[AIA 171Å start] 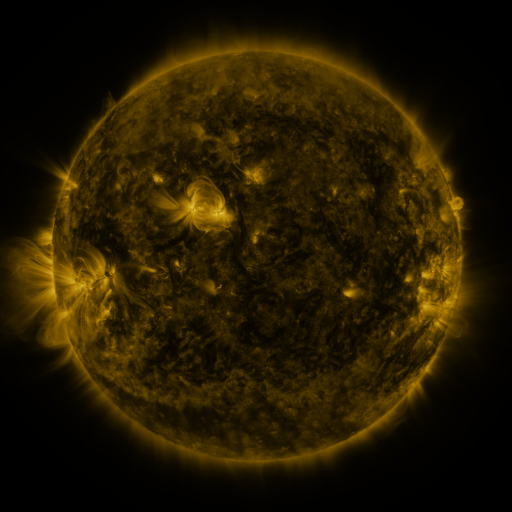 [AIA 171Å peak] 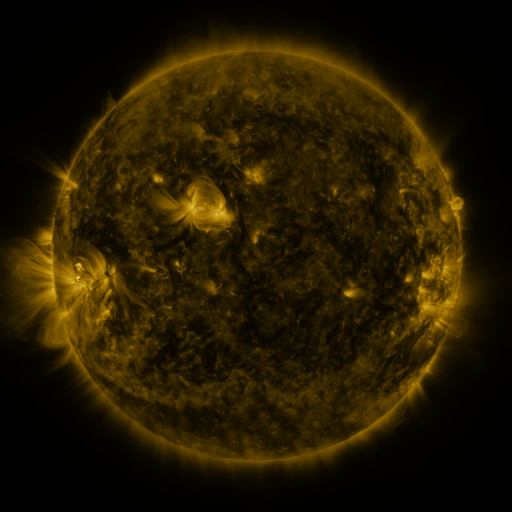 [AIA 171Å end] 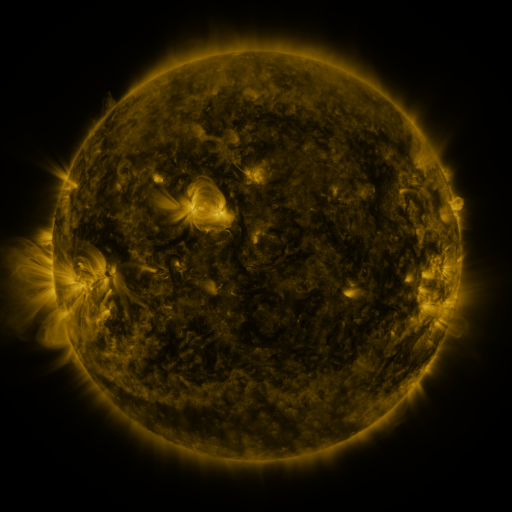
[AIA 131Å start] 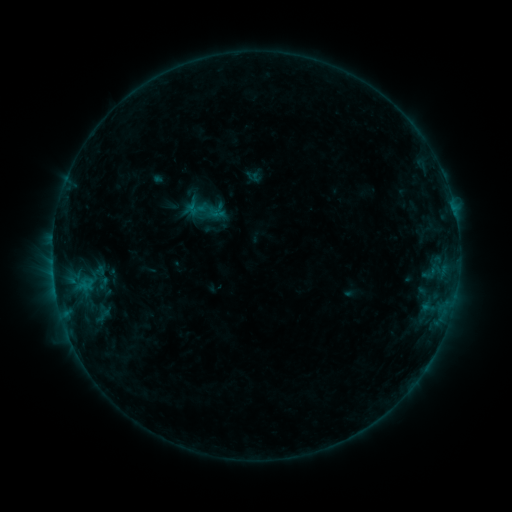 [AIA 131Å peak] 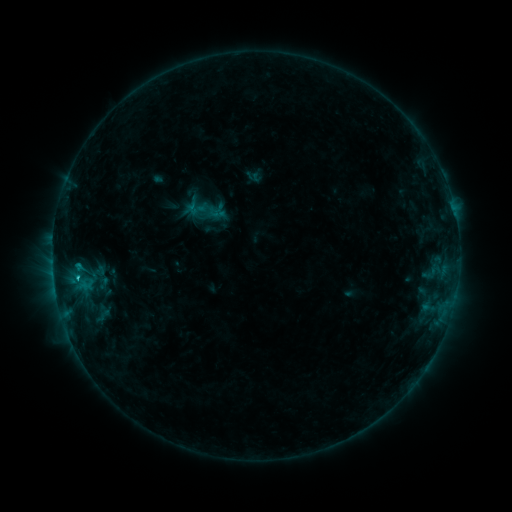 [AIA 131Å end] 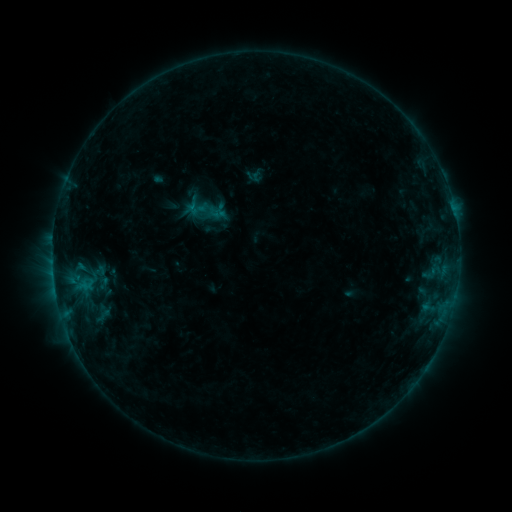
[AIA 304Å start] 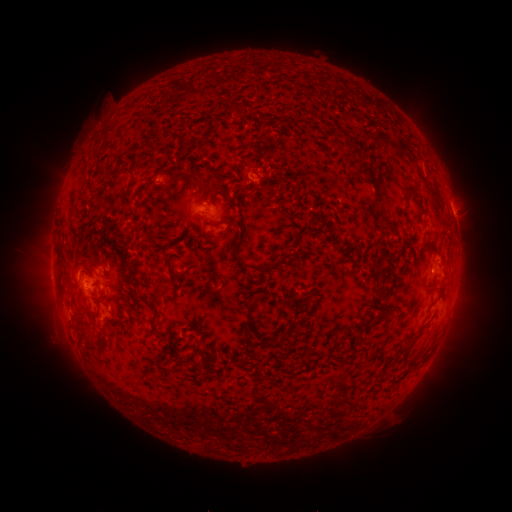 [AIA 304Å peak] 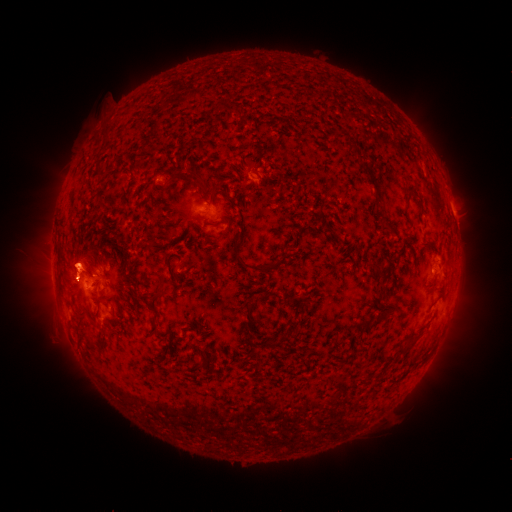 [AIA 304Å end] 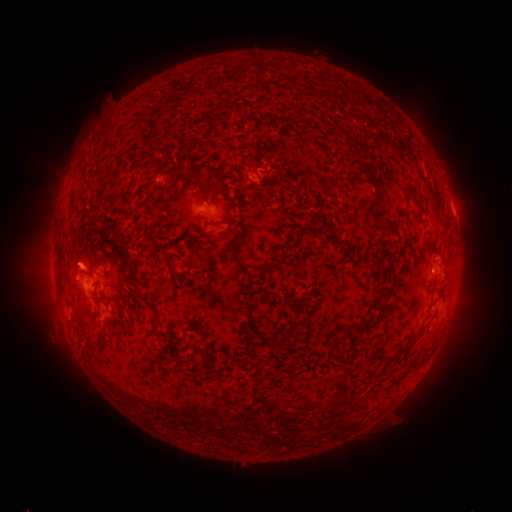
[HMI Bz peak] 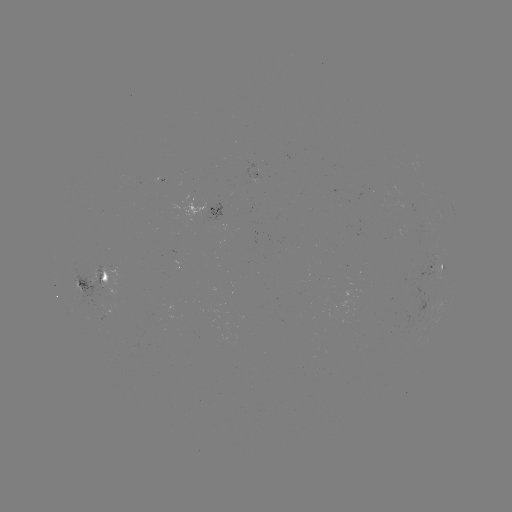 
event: eruption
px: (123, 261)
